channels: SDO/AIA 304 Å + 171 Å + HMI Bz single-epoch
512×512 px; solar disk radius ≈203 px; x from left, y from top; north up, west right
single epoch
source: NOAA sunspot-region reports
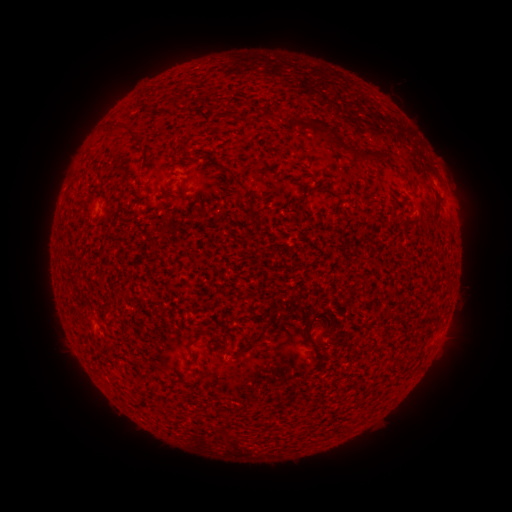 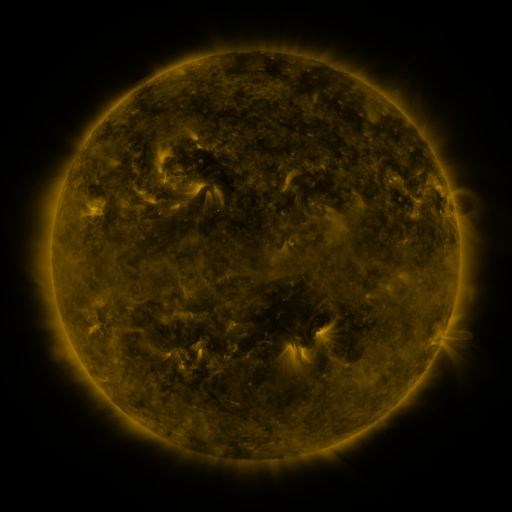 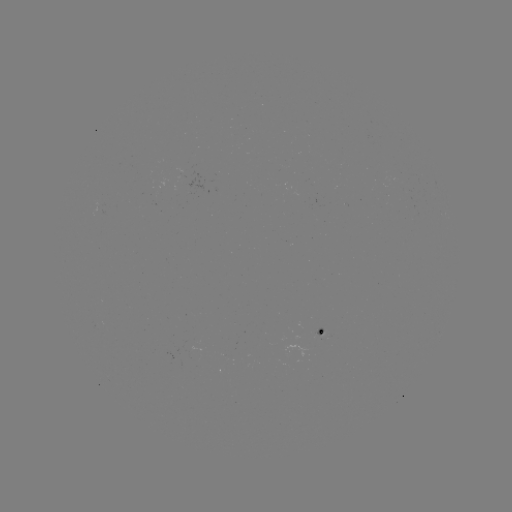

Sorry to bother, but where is spotted active region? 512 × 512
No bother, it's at [318, 332].